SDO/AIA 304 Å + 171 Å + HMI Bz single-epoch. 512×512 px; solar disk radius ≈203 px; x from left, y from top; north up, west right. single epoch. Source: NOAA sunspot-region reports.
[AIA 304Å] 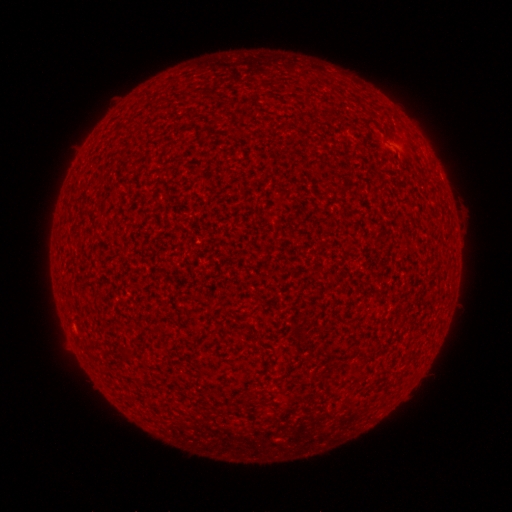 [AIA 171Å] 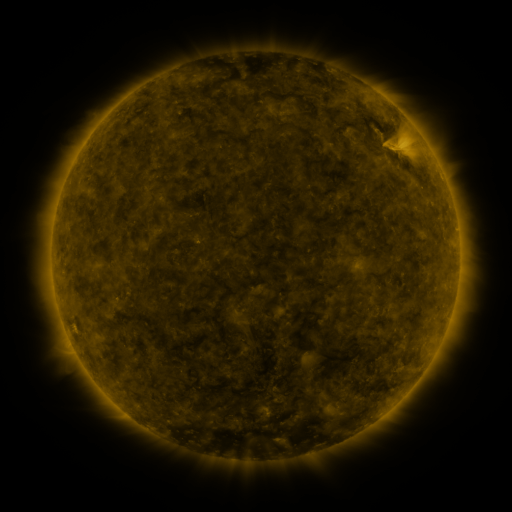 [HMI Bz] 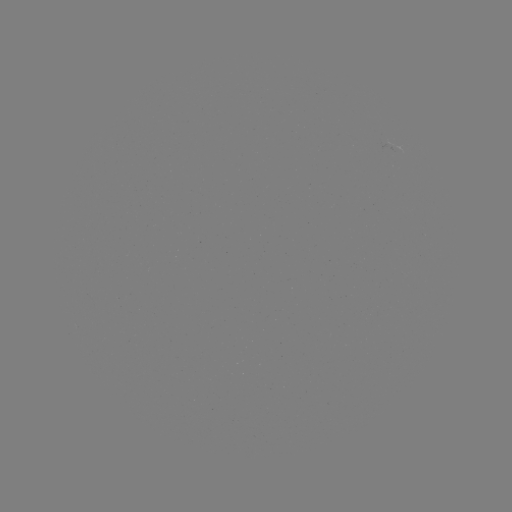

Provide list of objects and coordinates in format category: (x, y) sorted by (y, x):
(none)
